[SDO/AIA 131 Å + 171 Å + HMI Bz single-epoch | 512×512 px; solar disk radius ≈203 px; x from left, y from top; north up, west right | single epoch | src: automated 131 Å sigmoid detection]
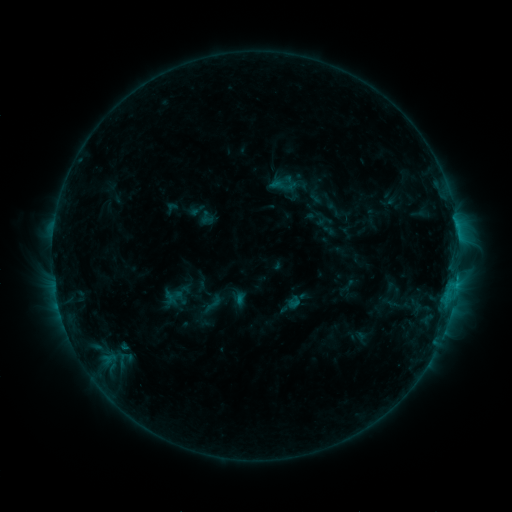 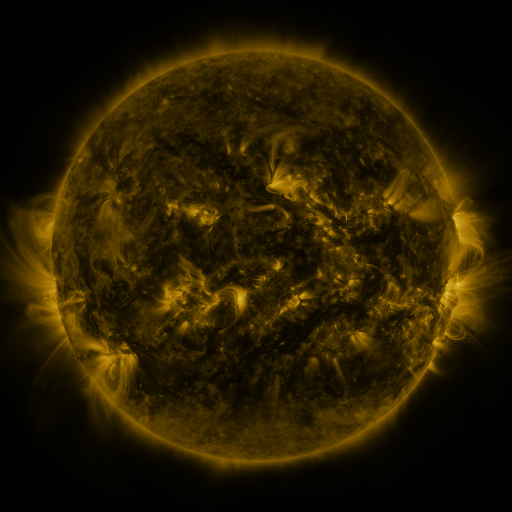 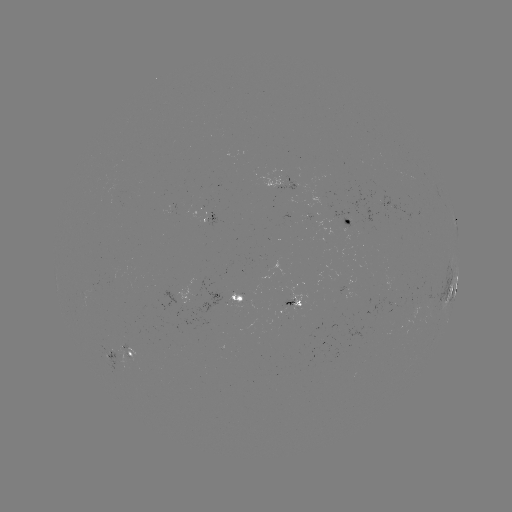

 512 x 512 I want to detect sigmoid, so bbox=[198, 292, 226, 316].